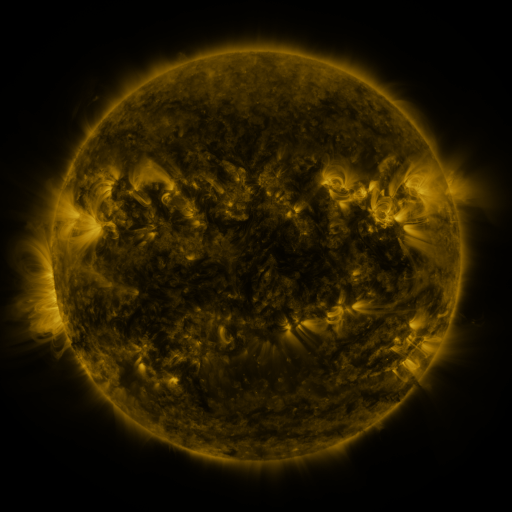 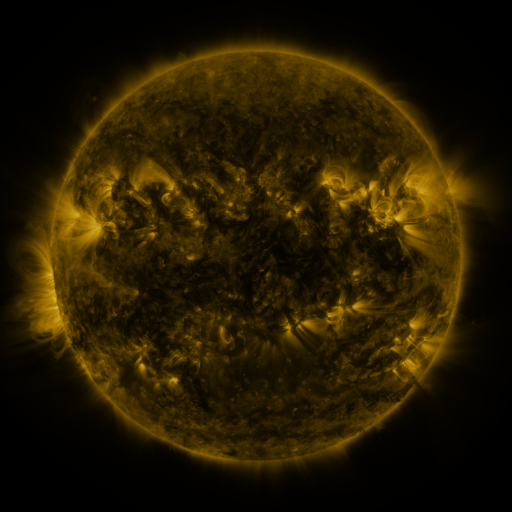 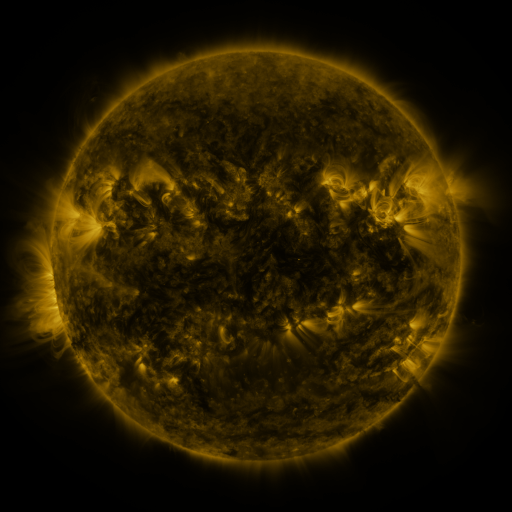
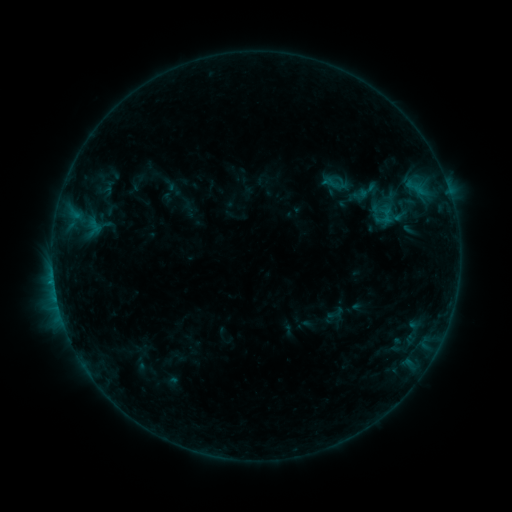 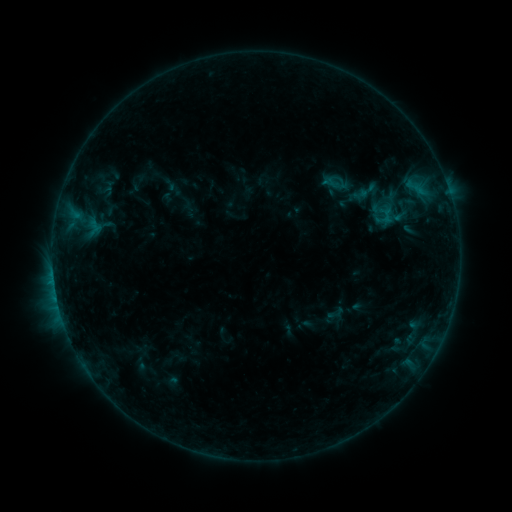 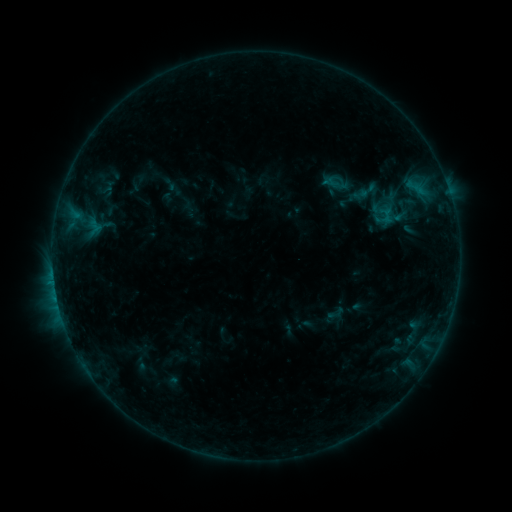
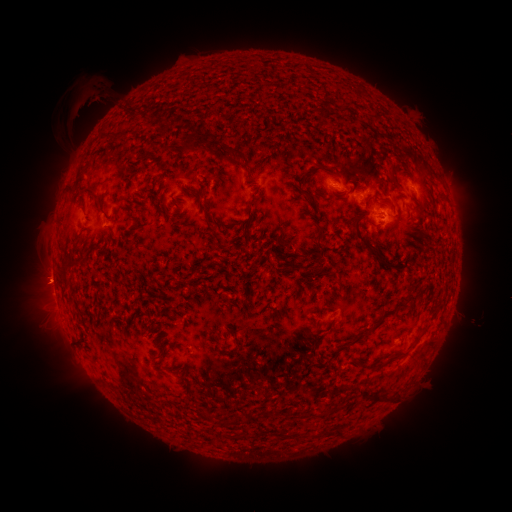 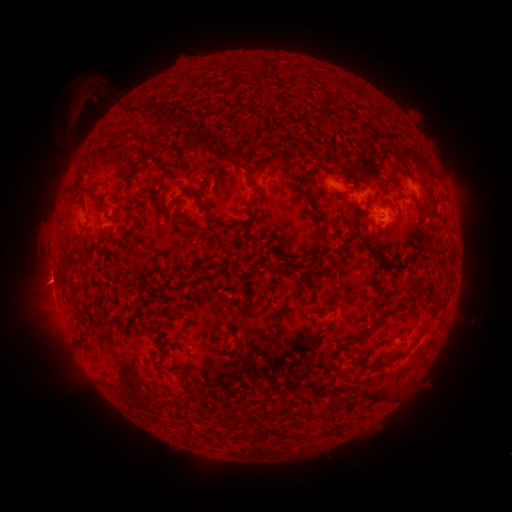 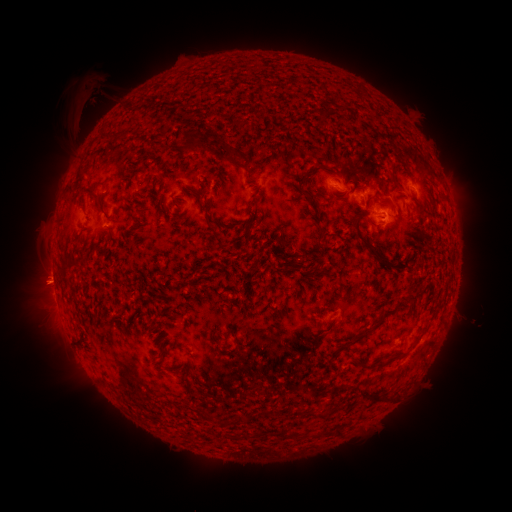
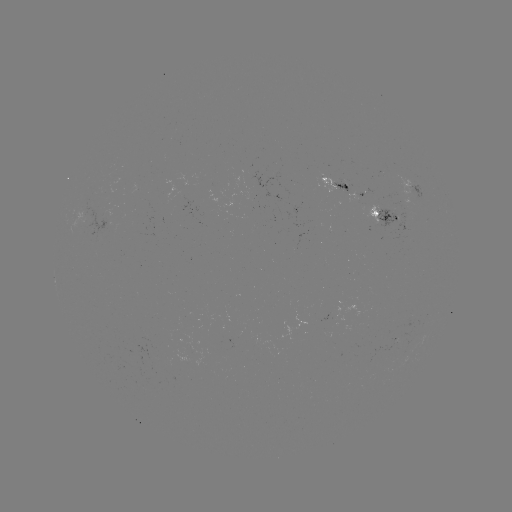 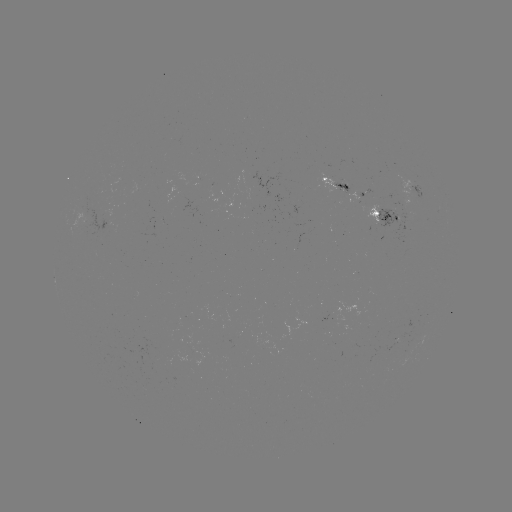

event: eruption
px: (133, 104)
